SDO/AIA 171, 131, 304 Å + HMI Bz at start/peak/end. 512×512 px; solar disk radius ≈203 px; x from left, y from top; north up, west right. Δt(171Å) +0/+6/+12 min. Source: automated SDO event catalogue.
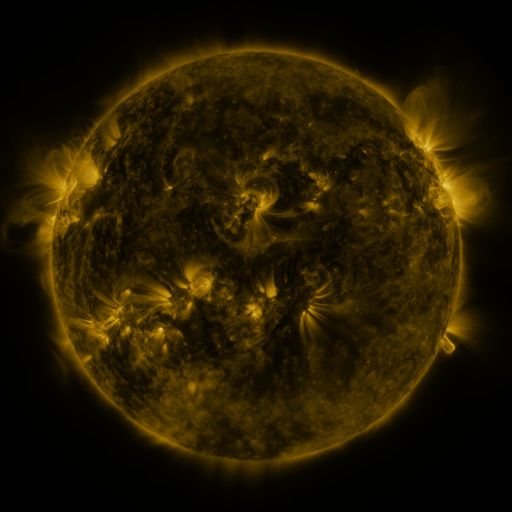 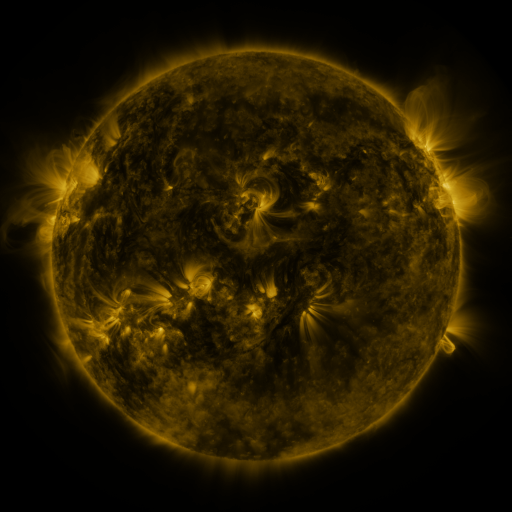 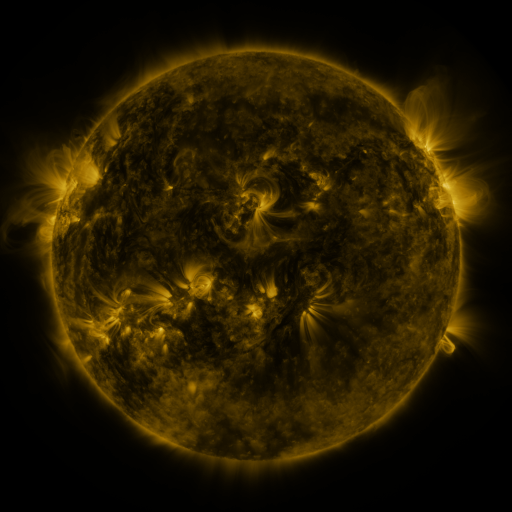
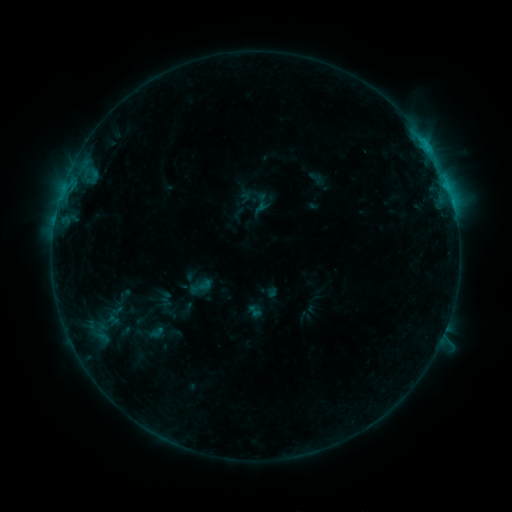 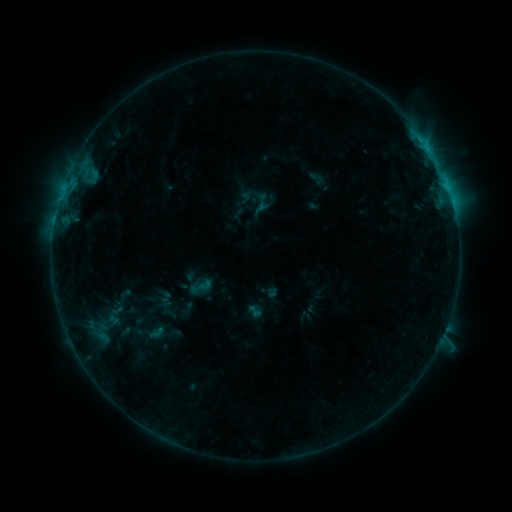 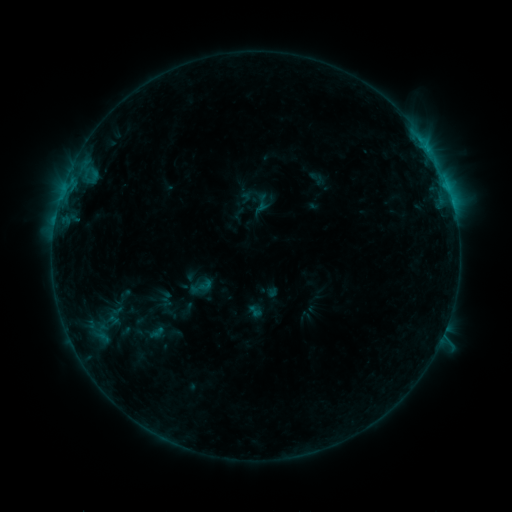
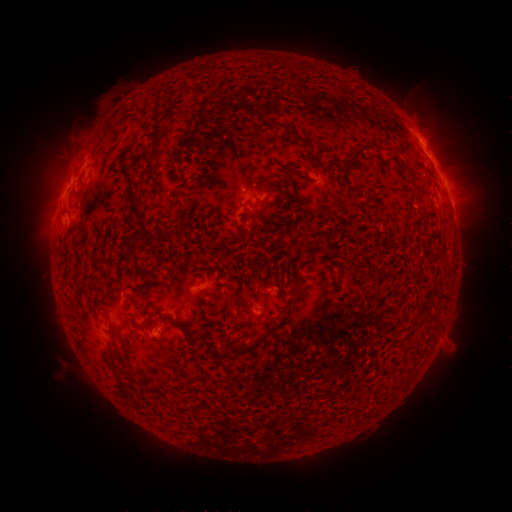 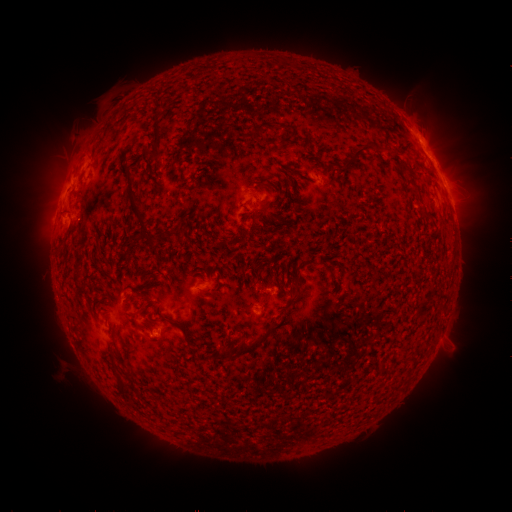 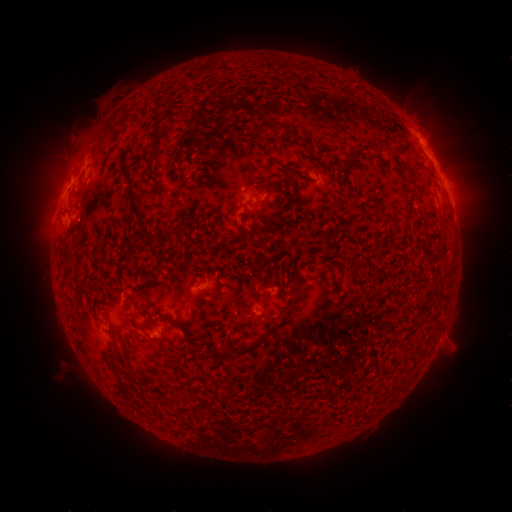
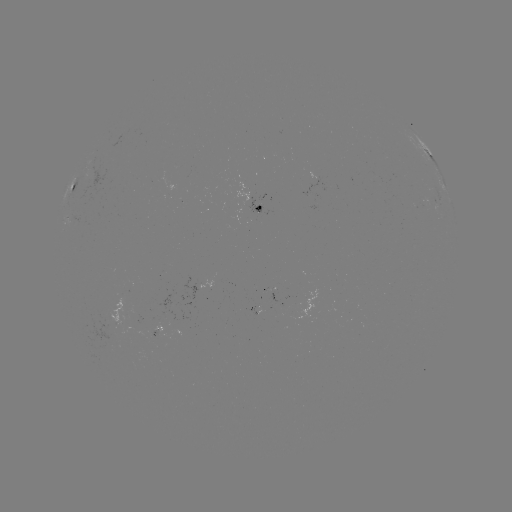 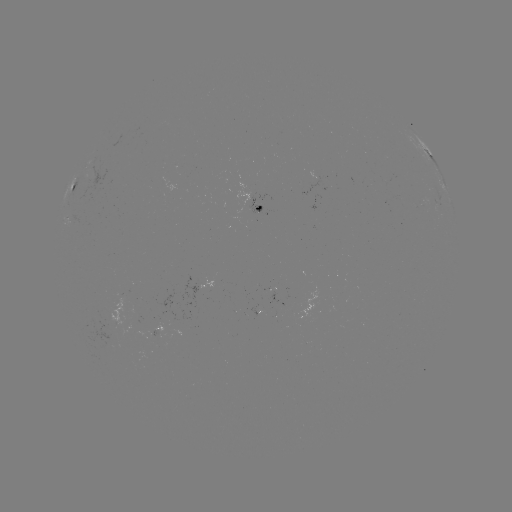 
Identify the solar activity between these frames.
no classed flare was catalogued and no EUV brightening was flagged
